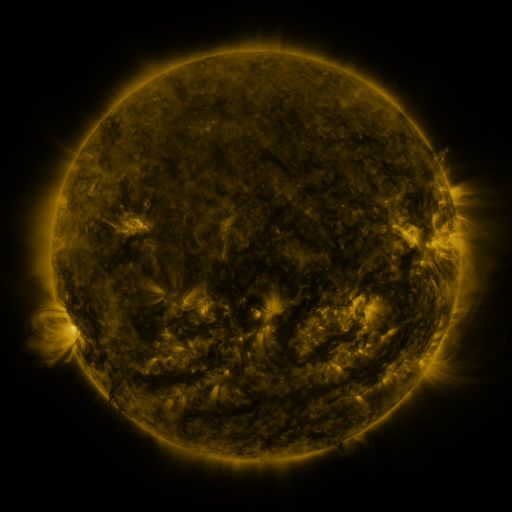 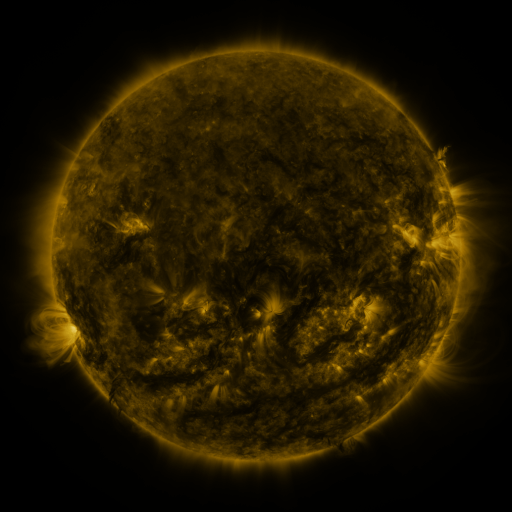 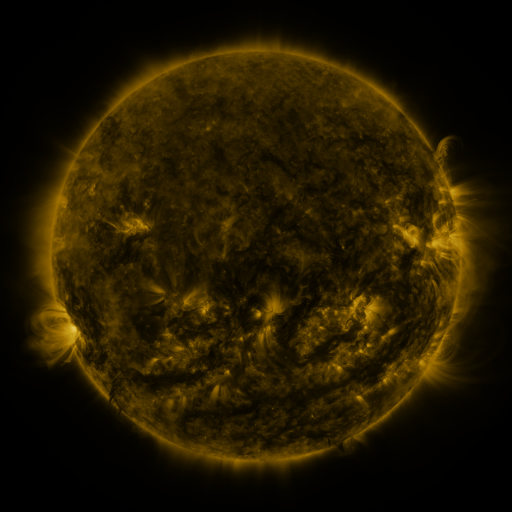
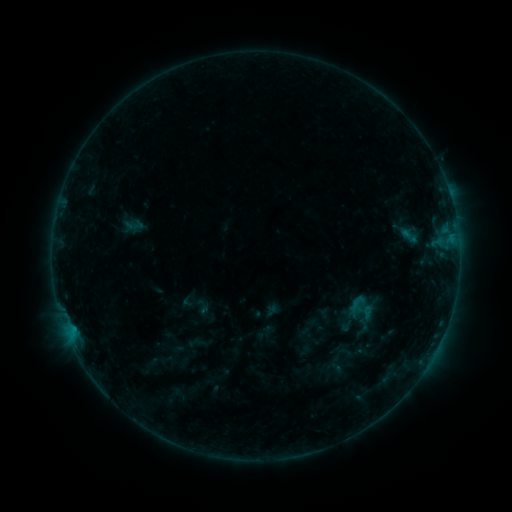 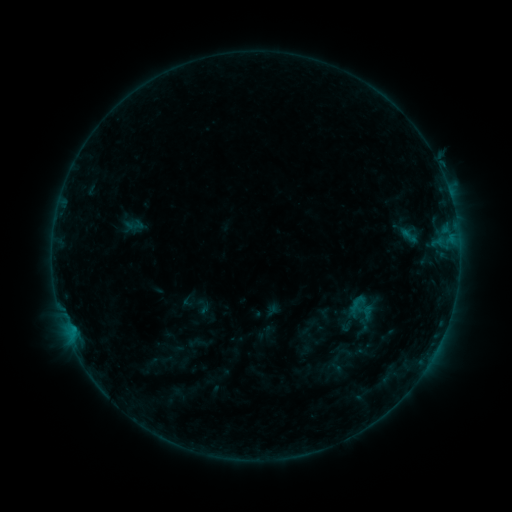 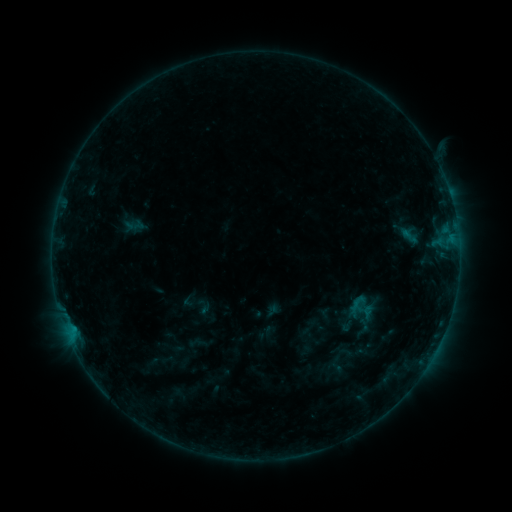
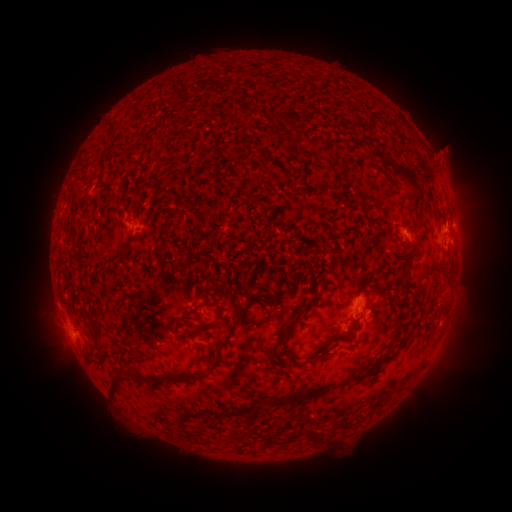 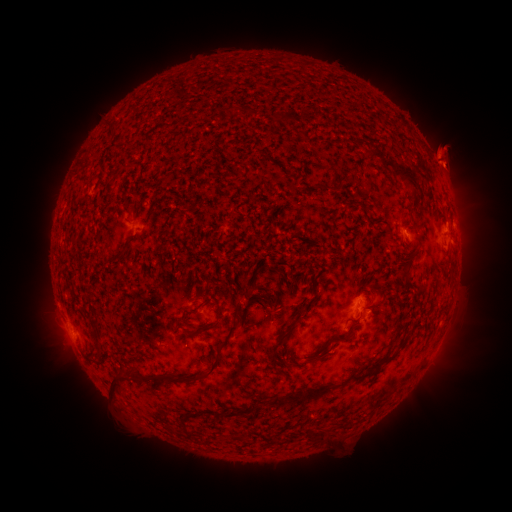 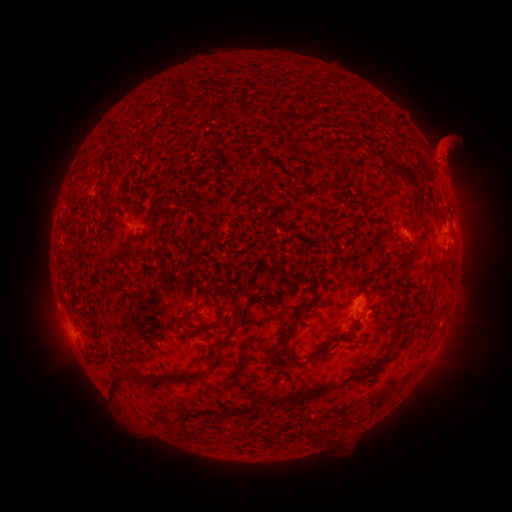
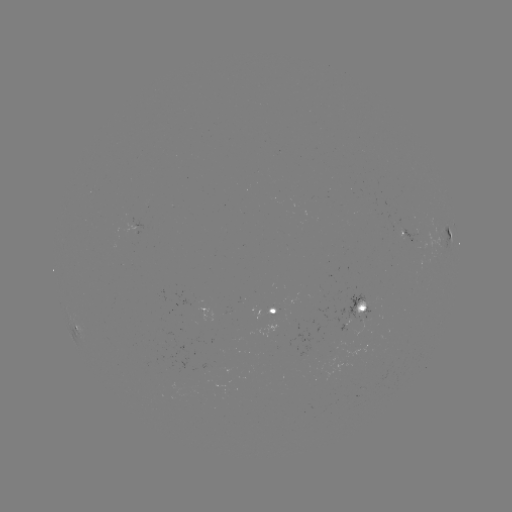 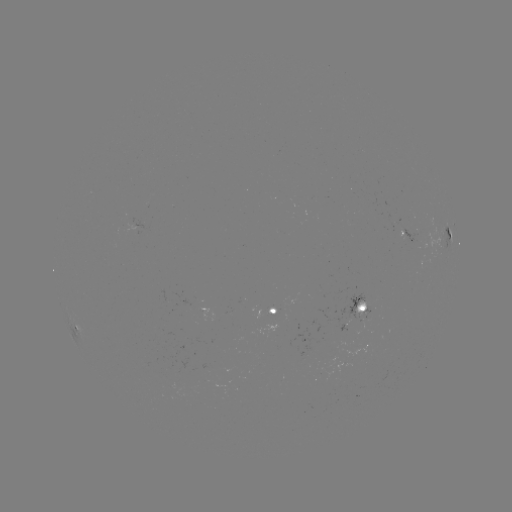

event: eruption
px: (448, 158)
